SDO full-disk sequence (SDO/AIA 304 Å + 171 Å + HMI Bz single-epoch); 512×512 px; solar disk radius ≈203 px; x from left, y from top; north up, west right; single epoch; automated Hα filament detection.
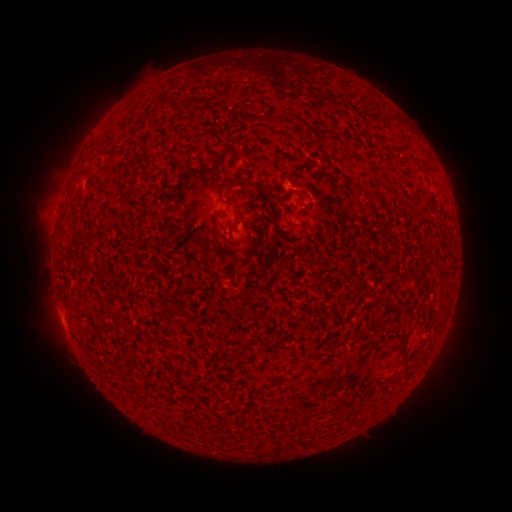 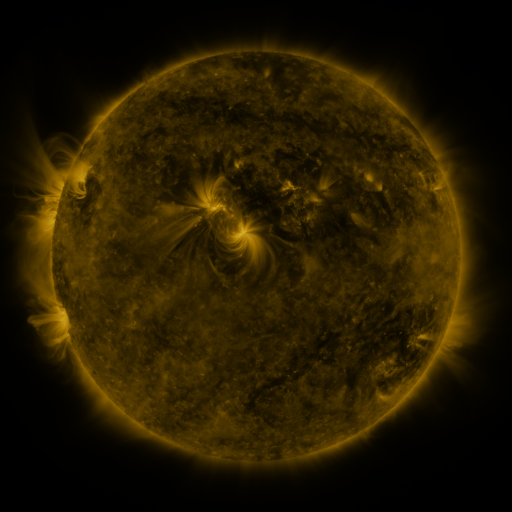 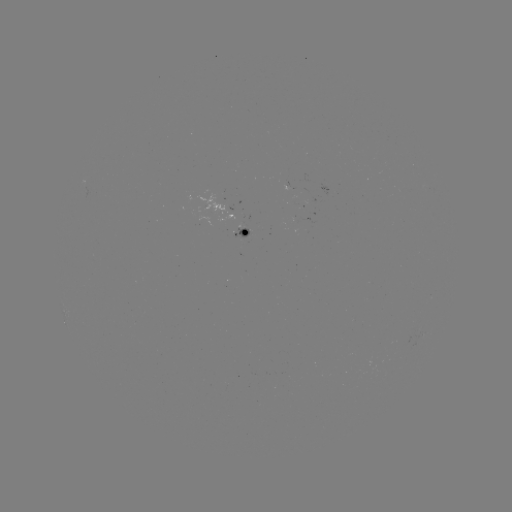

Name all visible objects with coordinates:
filament: [181, 168, 194, 180]
filament: [236, 176, 264, 195]
filament: [355, 199, 364, 210]
filament: [231, 209, 244, 225]
filament: [228, 251, 239, 261]
filament: [341, 320, 354, 332]
filament: [398, 333, 409, 353]
filament: [395, 360, 409, 382]
